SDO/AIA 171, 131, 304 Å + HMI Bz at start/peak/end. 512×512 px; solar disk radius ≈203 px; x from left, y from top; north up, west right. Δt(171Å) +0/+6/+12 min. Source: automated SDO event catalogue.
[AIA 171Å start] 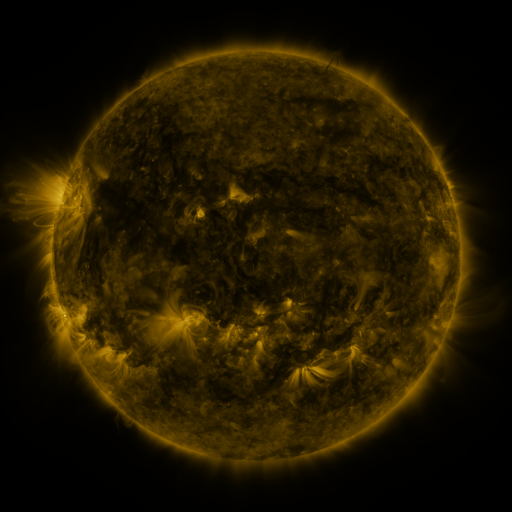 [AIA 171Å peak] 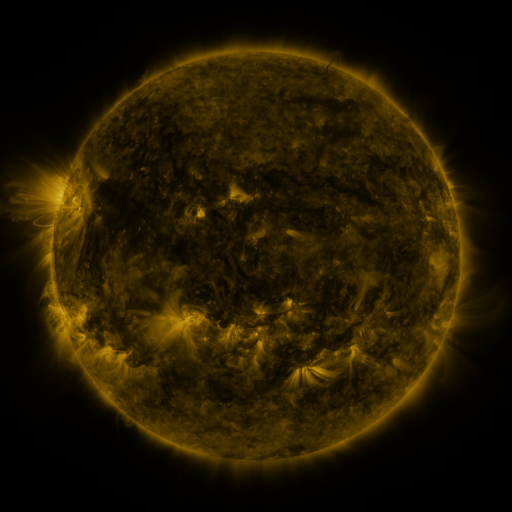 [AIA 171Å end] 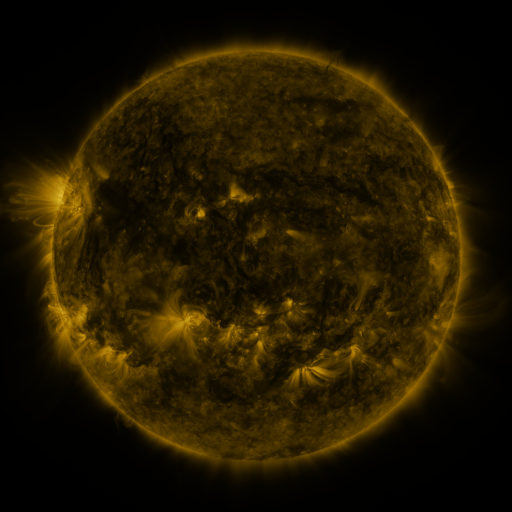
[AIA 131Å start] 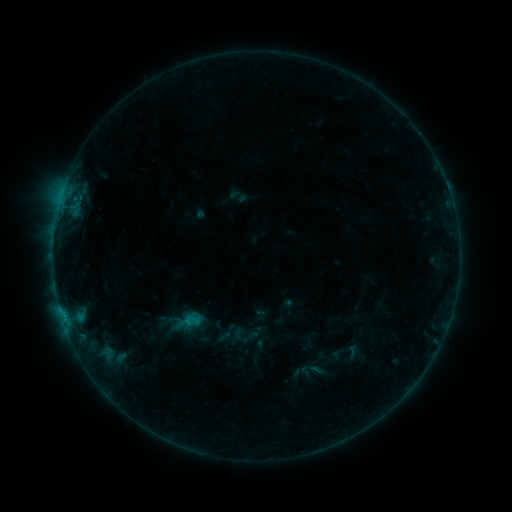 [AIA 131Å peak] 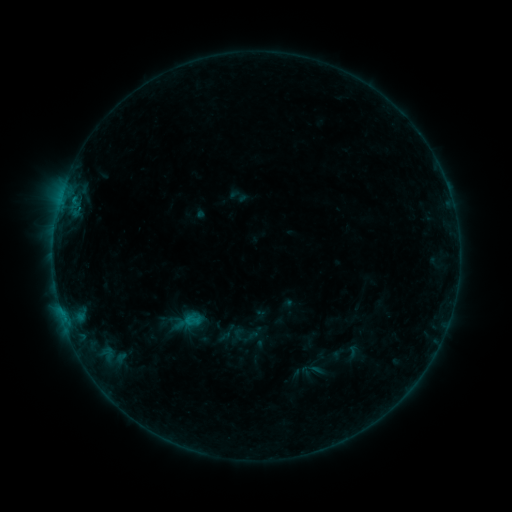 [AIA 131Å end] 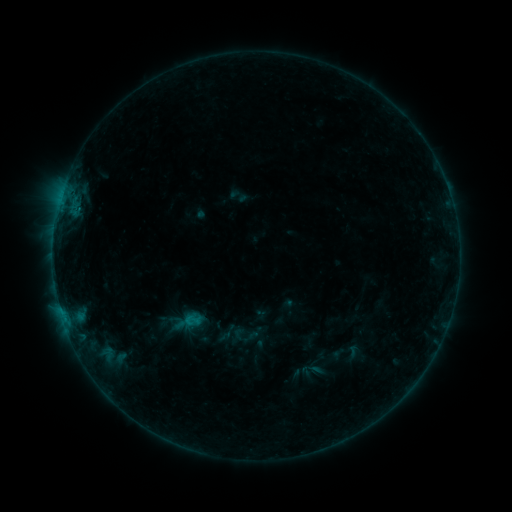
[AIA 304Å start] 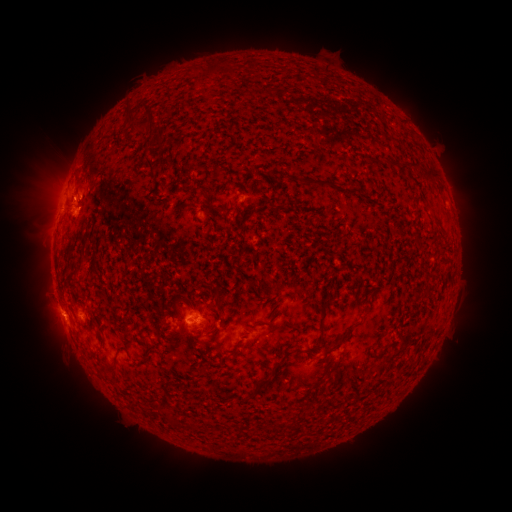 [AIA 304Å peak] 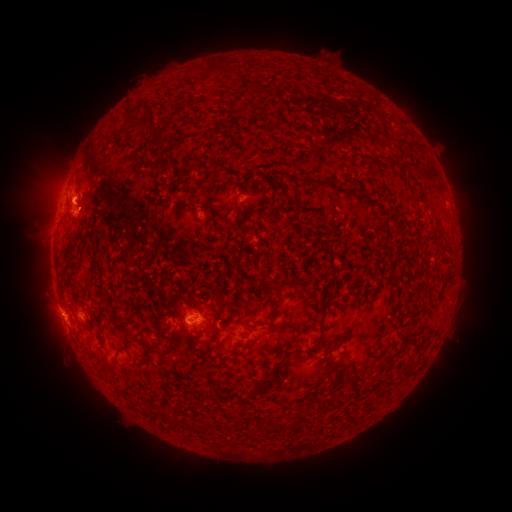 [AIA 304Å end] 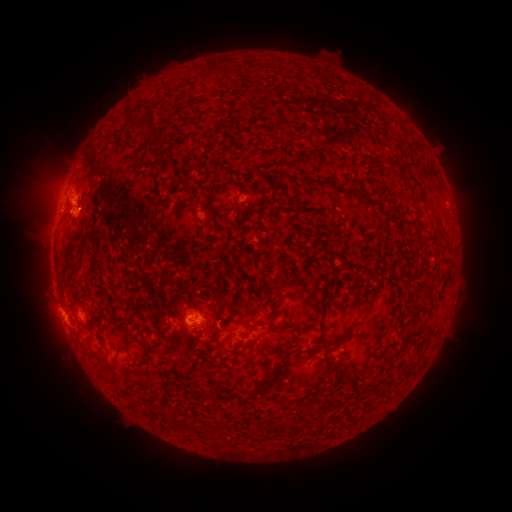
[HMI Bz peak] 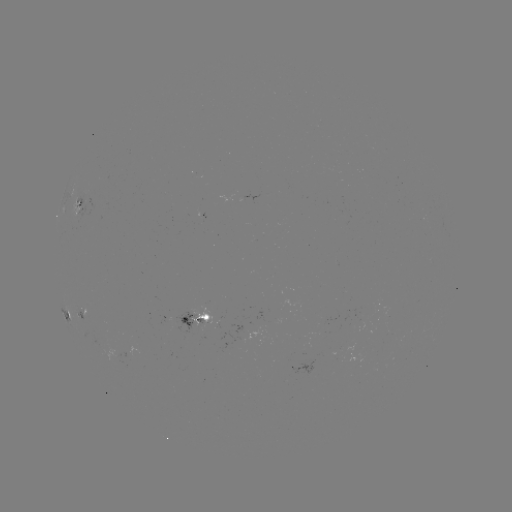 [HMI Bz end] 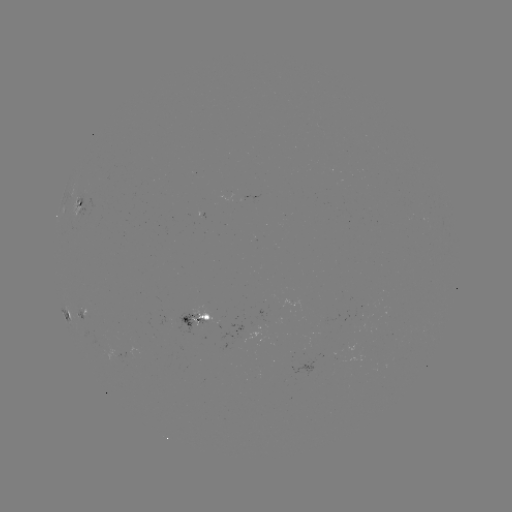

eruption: (40, 169, 95, 215)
